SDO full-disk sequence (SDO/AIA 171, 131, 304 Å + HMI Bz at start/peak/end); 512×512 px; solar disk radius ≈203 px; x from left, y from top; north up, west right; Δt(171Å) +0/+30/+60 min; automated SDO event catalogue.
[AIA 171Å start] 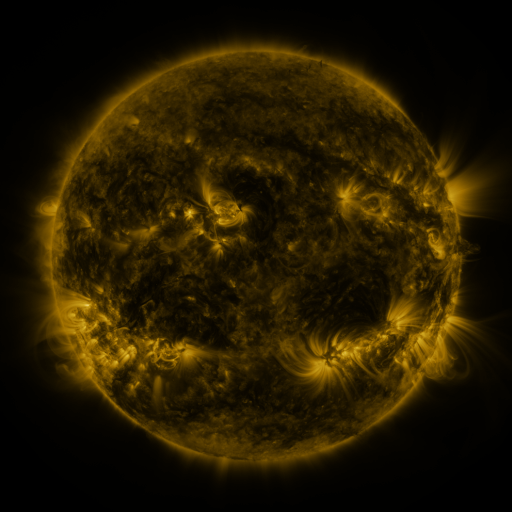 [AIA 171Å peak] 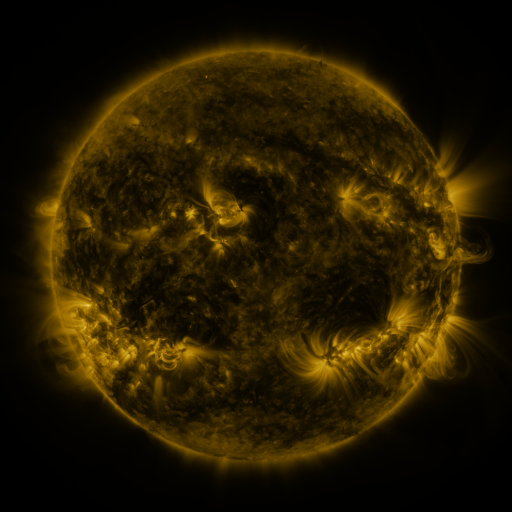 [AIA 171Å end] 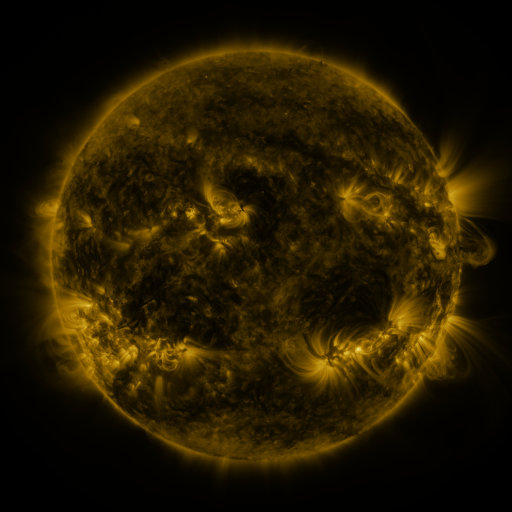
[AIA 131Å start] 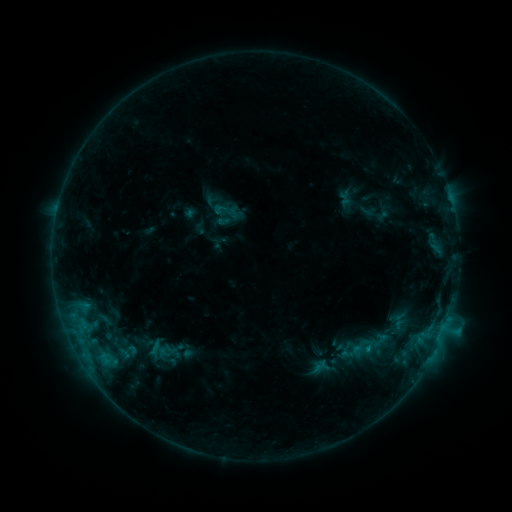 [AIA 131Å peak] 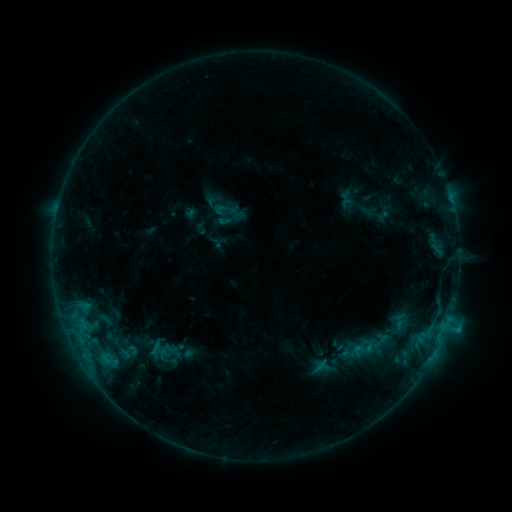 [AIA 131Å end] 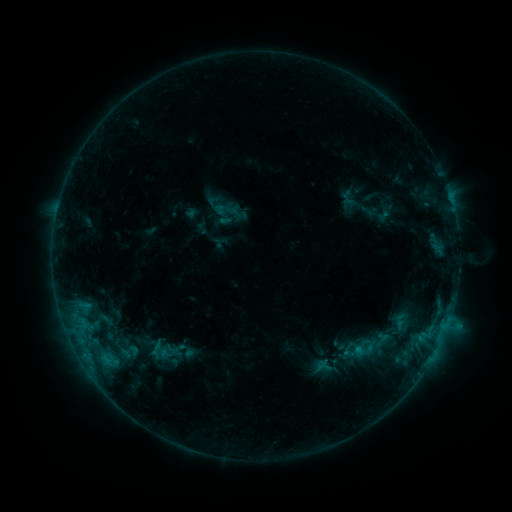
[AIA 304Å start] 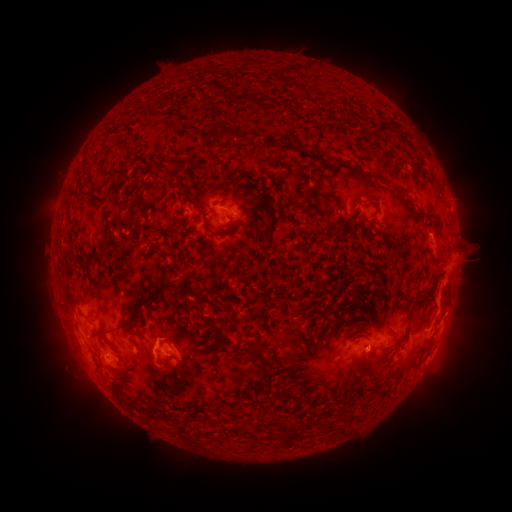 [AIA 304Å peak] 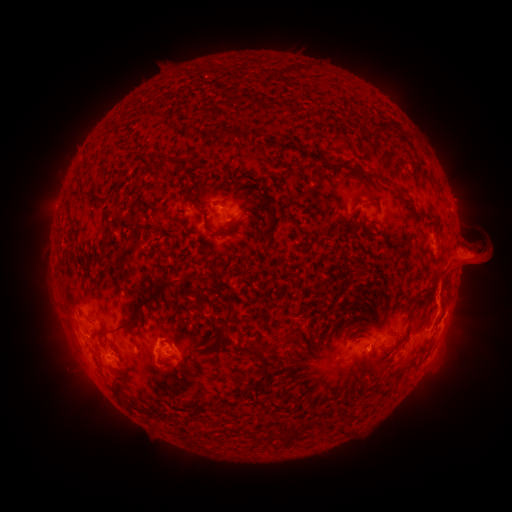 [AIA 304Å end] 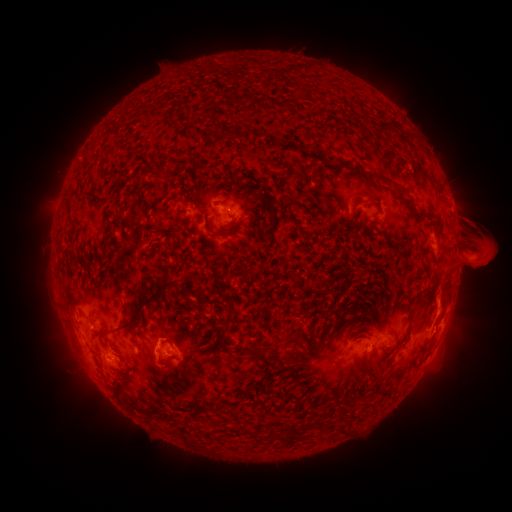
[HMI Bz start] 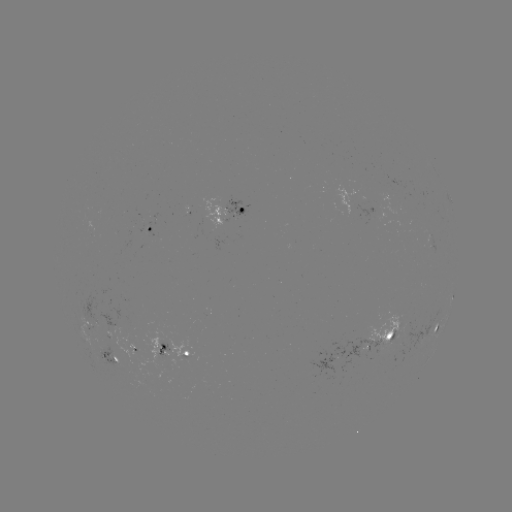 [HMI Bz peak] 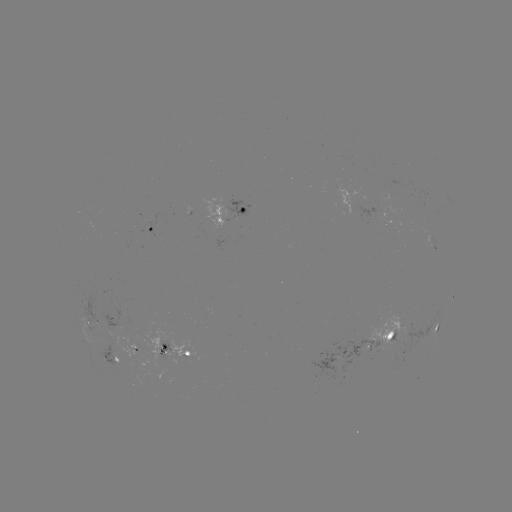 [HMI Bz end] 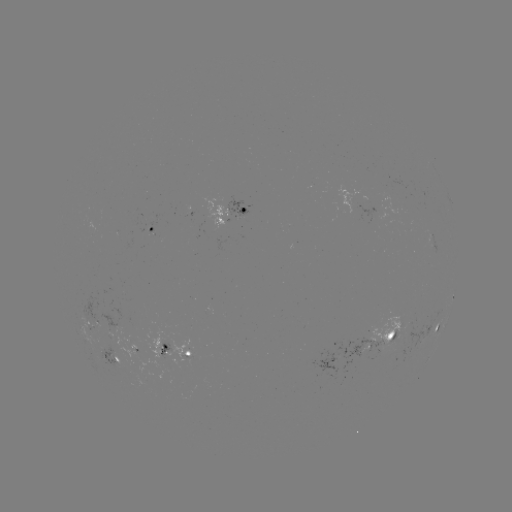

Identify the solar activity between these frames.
eruption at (468, 265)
